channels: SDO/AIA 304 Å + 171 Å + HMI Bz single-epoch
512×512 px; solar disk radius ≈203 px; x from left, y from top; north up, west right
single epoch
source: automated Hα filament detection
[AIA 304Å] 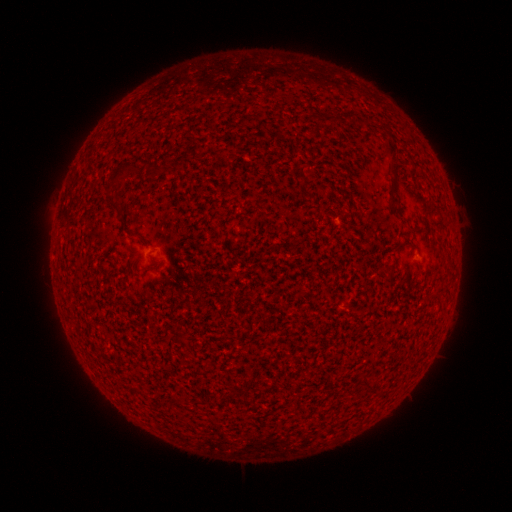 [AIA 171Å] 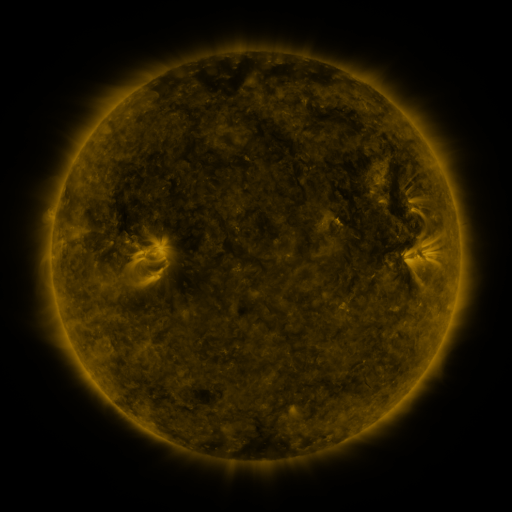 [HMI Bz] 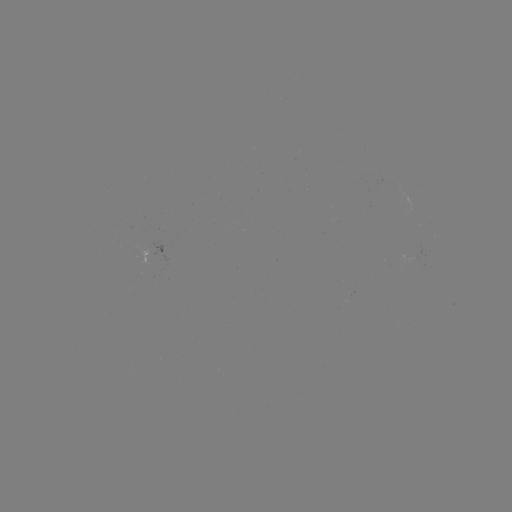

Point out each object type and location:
filament: (389, 148)
filament: (121, 172)
filament: (119, 212)
filament: (132, 235)
filament: (384, 267)
filament: (153, 269)
filament: (367, 383)
